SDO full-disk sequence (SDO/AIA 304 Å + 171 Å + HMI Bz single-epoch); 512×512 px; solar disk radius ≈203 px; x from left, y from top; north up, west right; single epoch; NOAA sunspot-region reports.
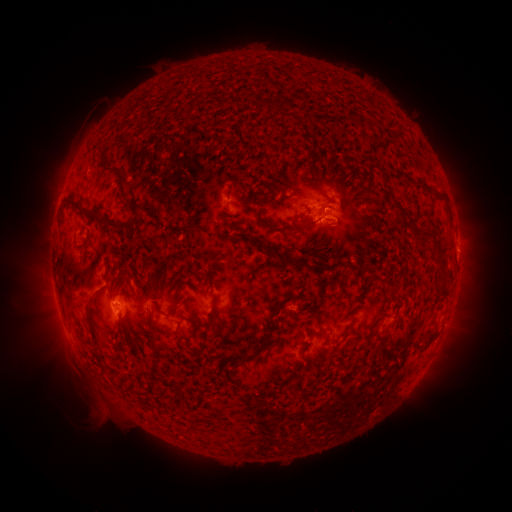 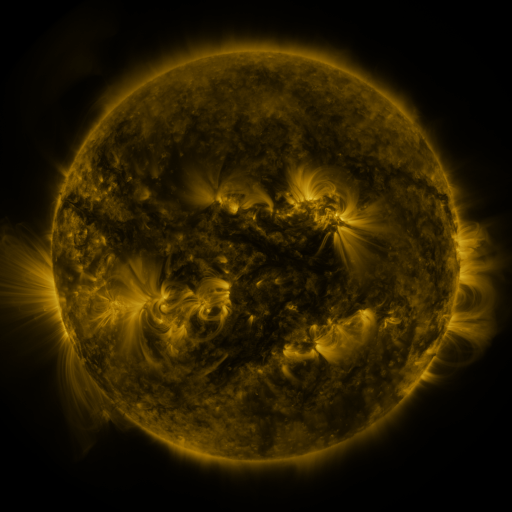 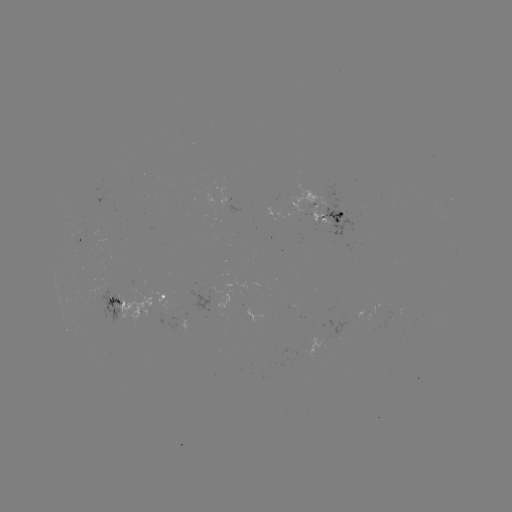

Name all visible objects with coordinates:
spotted active region: (329, 213)
spotted active region: (167, 298)
spotted active region: (120, 306)
